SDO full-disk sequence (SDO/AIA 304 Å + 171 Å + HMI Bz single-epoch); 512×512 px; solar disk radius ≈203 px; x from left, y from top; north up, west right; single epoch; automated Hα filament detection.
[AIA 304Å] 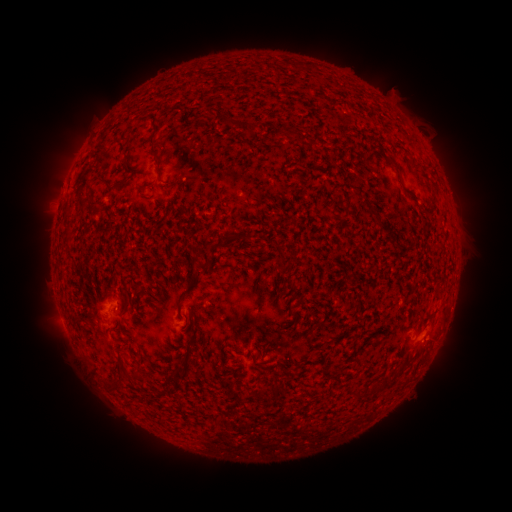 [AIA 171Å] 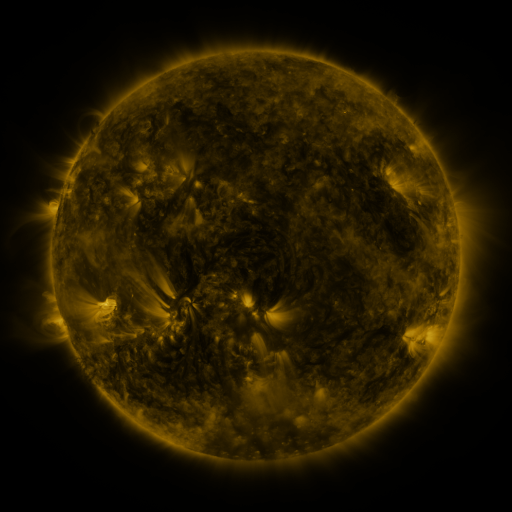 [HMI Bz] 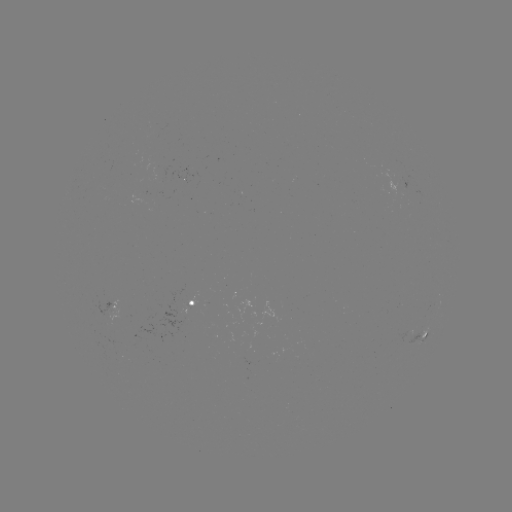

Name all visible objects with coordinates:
filament: <bbox>224, 117, 239, 127</bbox>
filament: <bbox>248, 122, 260, 136</bbox>
filament: <bbox>149, 137, 163, 183</bbox>
filament: <bbox>308, 139, 320, 147</bbox>
filament: <bbox>387, 160, 404, 182</bbox>
filament: <bbox>95, 176, 108, 185</bbox>
filament: <bbox>86, 192, 103, 213</bbox>
filament: <bbox>63, 226, 73, 240</bbox>
filament: <bbox>226, 227, 250, 243</bbox>
filament: <bbox>204, 242, 226, 255</bbox>
filament: <bbox>277, 252, 285, 266</bbox>
filament: <bbox>293, 293, 304, 308</bbox>
filament: <bbox>176, 295, 184, 309</bbox>
filament: <bbox>123, 298, 136, 310</bbox>
filament: <bbox>181, 350, 191, 361</bbox>
filament: <bbox>279, 363, 288, 373</bbox>
filament: <bbox>170, 366, 180, 380</bbox>
filament: <bbox>371, 381, 381, 392</bbox>
filament: <bbox>351, 389, 362, 399</bbox>
filament: <bbox>144, 394, 166, 408</bbox>
